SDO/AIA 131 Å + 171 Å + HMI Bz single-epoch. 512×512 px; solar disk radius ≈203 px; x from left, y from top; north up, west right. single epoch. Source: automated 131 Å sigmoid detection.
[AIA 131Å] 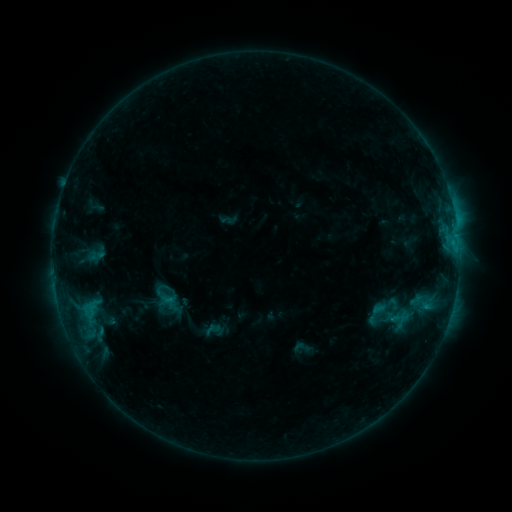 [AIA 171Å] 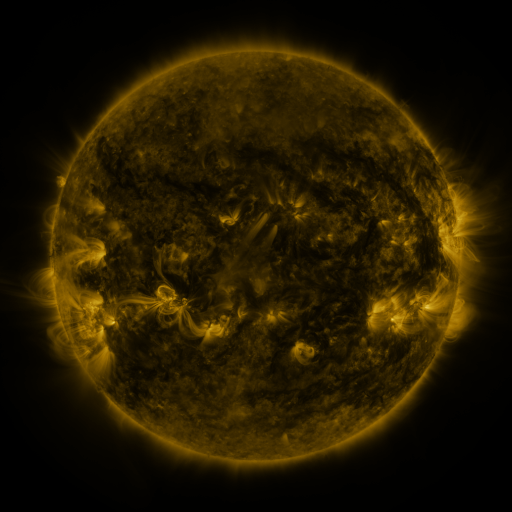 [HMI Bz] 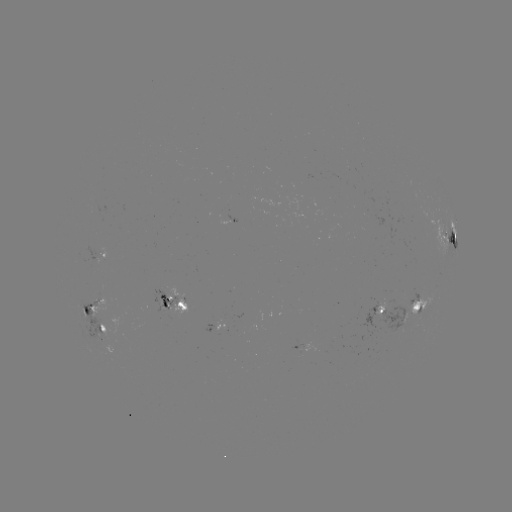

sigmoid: [363, 300, 388, 326]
